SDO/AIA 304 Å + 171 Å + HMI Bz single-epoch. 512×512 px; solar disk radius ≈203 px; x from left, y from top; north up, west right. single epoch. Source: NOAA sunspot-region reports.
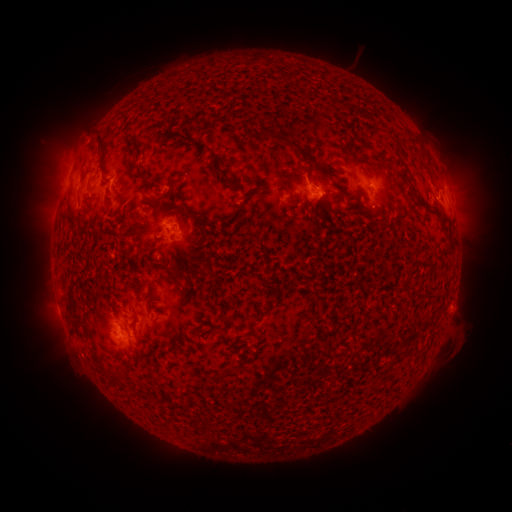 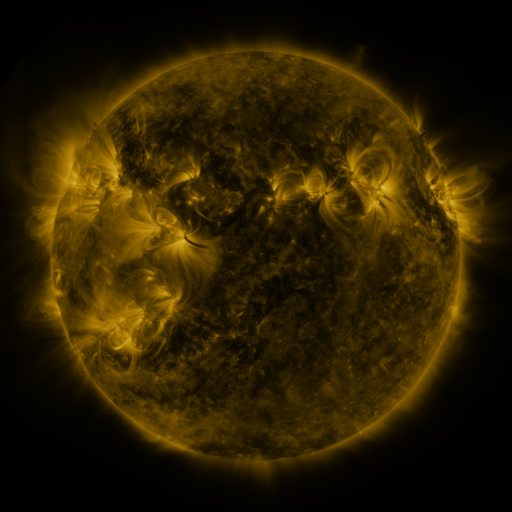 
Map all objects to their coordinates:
spotted active region: (373, 185)
spotted active region: (315, 192)
spotted active region: (111, 194)
spotted active region: (444, 197)
spotted active region: (180, 230)
spotted active region: (127, 327)
